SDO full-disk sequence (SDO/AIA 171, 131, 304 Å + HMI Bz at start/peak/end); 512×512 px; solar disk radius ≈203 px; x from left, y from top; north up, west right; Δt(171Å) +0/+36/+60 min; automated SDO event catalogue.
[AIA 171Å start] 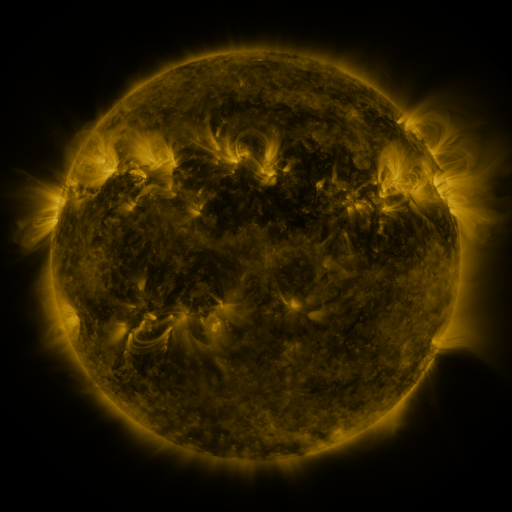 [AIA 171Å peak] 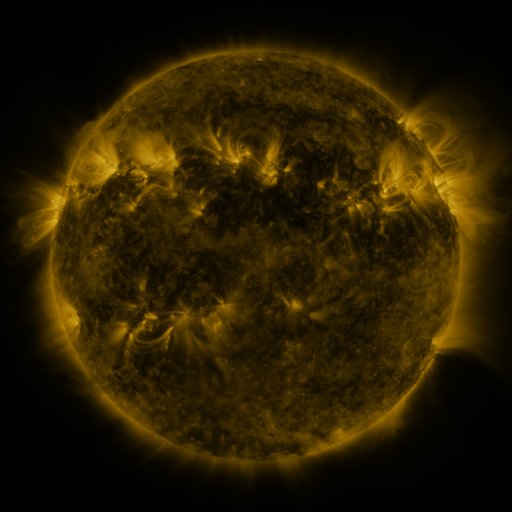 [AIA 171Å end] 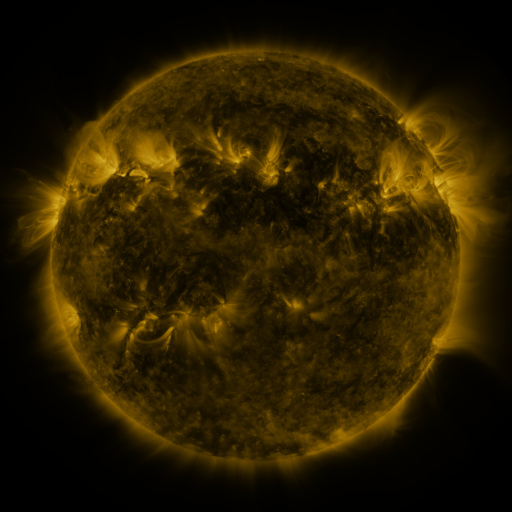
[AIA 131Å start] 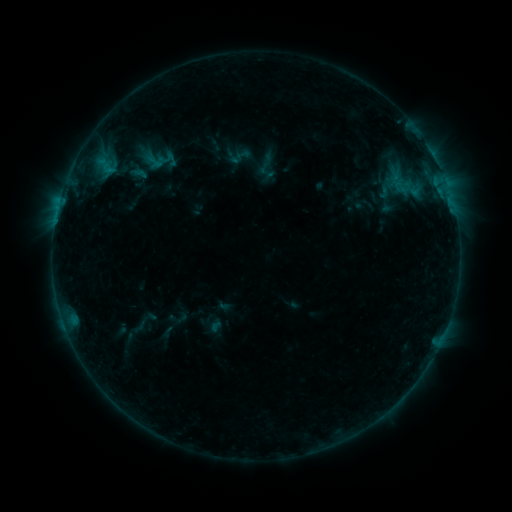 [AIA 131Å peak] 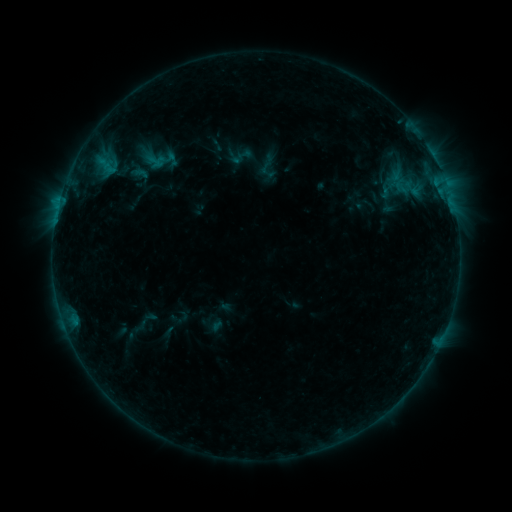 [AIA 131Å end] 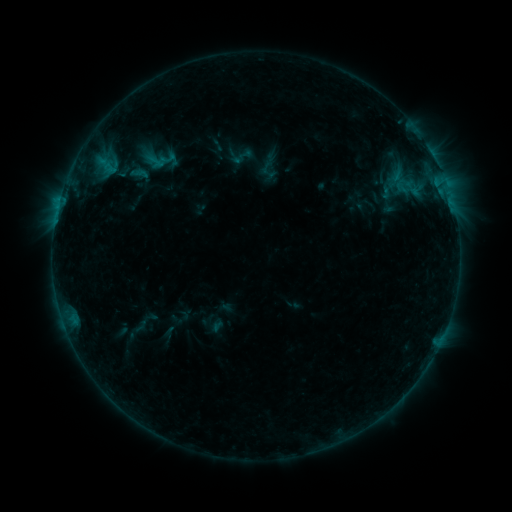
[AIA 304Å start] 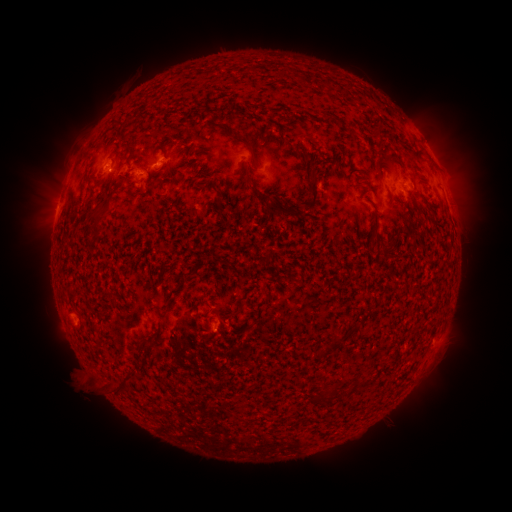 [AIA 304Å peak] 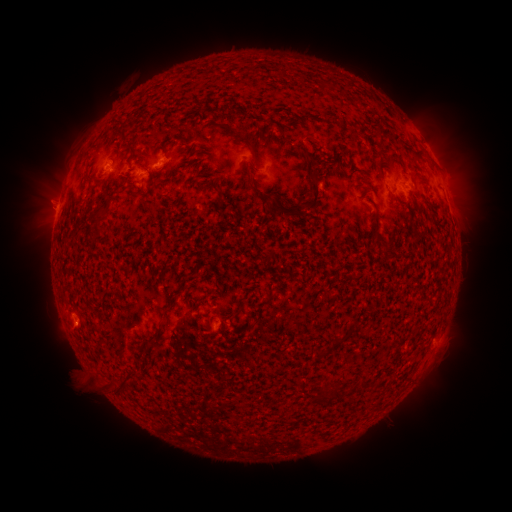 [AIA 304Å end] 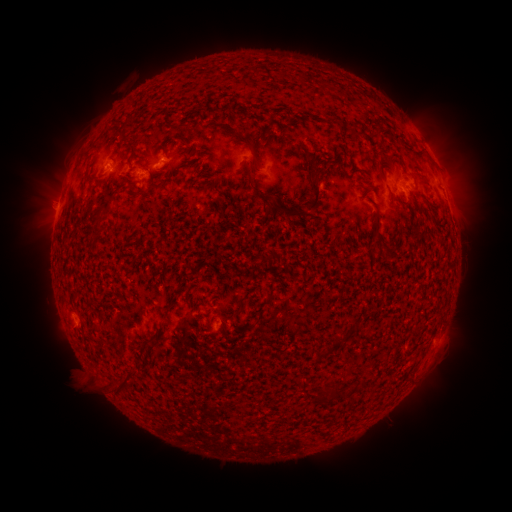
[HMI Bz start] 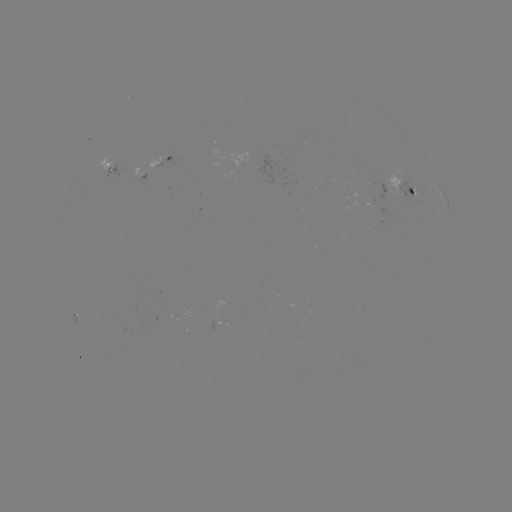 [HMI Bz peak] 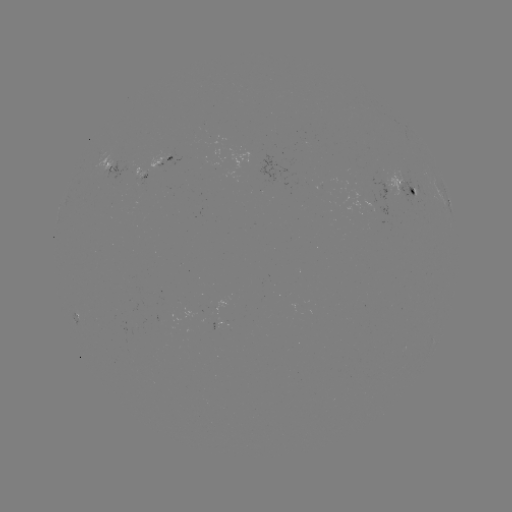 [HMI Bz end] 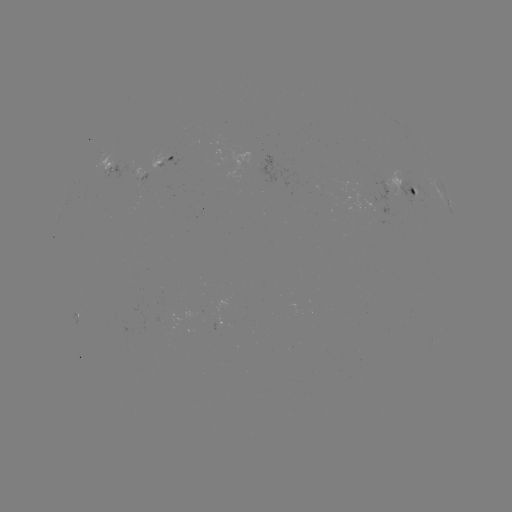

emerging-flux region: (156, 155, 172, 161)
